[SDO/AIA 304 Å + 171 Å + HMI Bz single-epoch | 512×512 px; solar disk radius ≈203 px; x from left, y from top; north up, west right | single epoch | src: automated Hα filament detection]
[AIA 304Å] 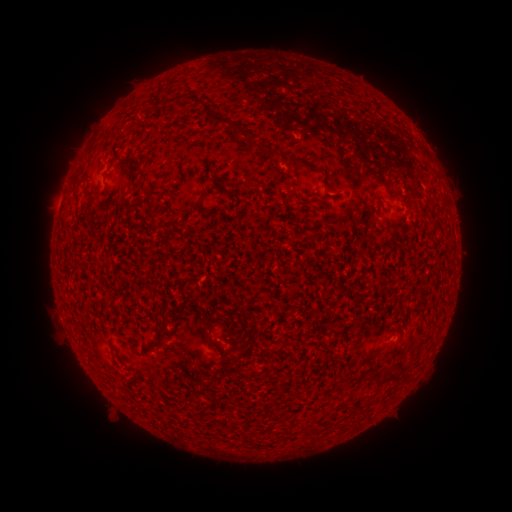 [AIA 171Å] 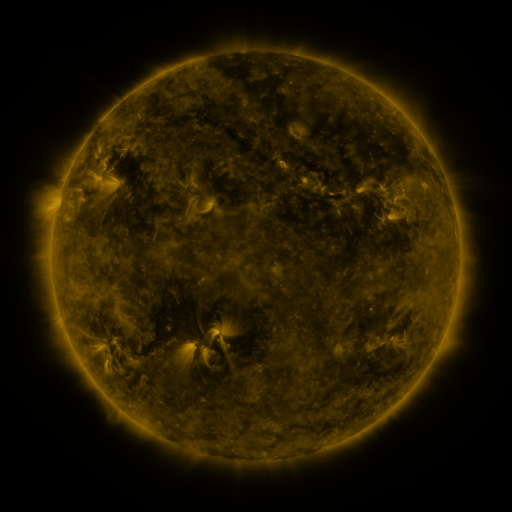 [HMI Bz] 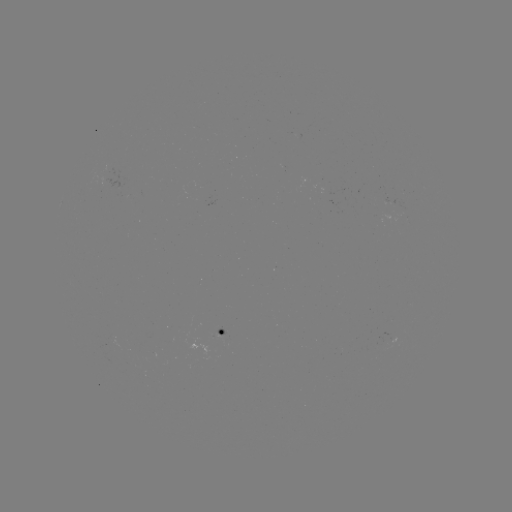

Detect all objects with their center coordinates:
filament: (245, 134)
filament: (91, 149)
filament: (230, 192)
filament: (201, 196)
filament: (150, 207)
filament: (224, 320)
filament: (206, 337)
filament: (157, 343)
filament: (373, 355)
filament: (229, 358)
filament: (403, 368)
filament: (371, 377)
filament: (391, 377)
filament: (308, 432)
